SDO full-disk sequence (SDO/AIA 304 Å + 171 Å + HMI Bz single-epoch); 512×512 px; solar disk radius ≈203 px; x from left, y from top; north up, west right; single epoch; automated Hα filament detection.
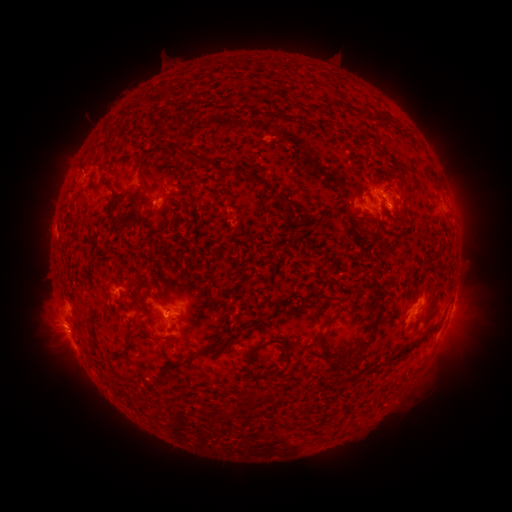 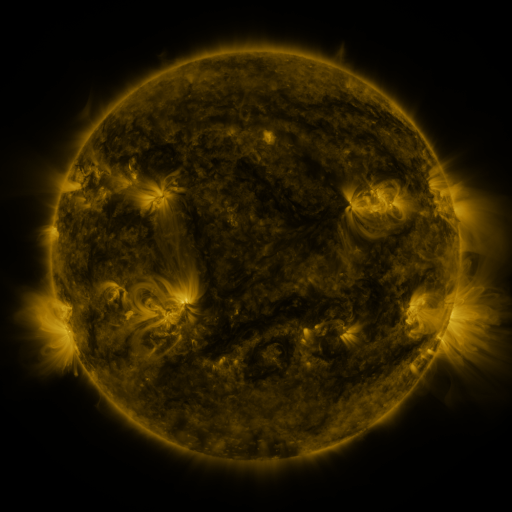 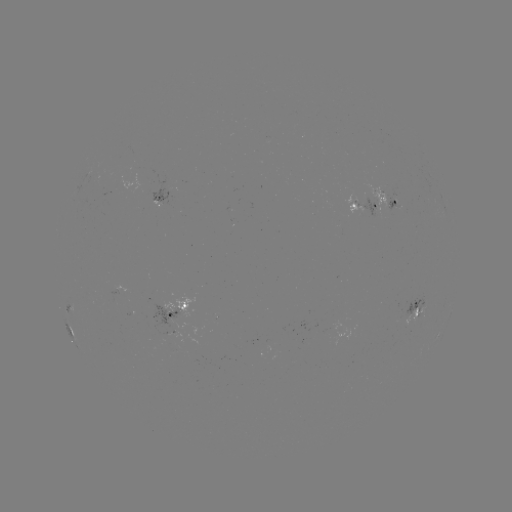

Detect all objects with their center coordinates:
filament: (289, 118)
filament: (195, 155)
filament: (141, 169)
filament: (226, 171)
filament: (254, 179)
filament: (99, 184)
filament: (282, 199)
filament: (134, 213)
filament: (117, 223)
filament: (377, 273)
filament: (154, 295)
filament: (377, 321)
filament: (322, 336)
filament: (421, 341)
filament: (129, 345)
filament: (259, 346)
filament: (362, 347)
filament: (214, 350)
filament: (178, 365)
filament: (337, 366)
filament: (250, 375)
